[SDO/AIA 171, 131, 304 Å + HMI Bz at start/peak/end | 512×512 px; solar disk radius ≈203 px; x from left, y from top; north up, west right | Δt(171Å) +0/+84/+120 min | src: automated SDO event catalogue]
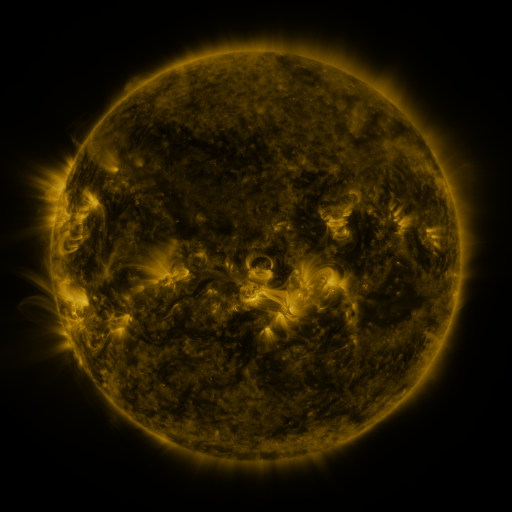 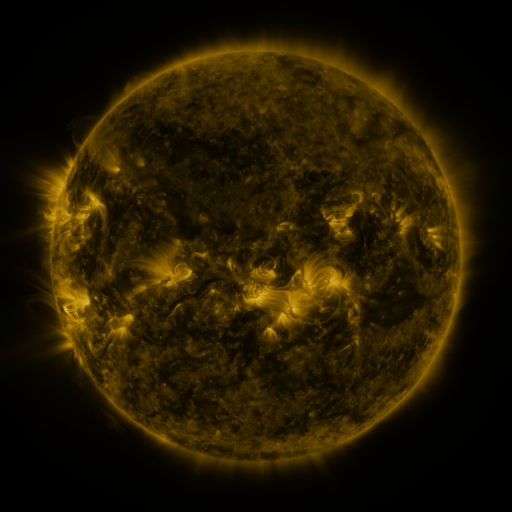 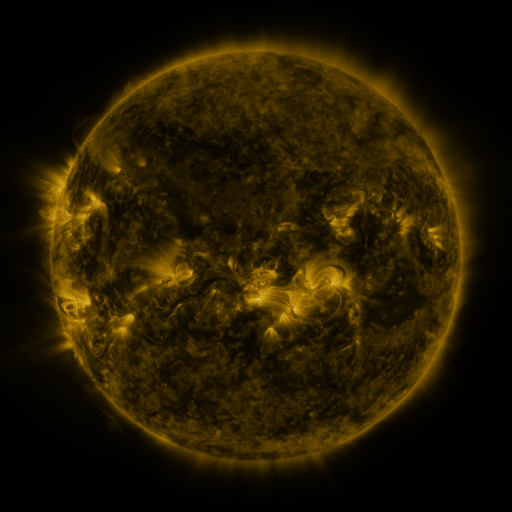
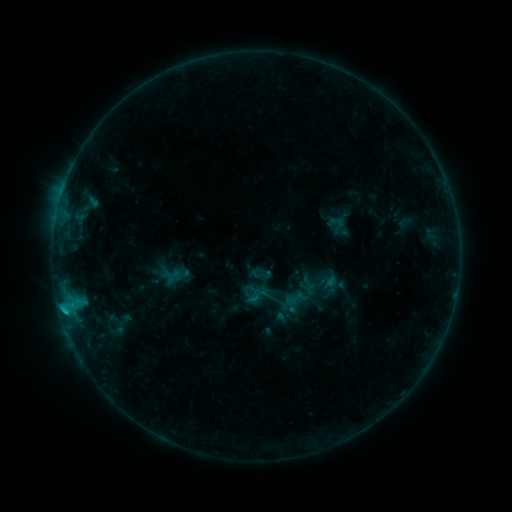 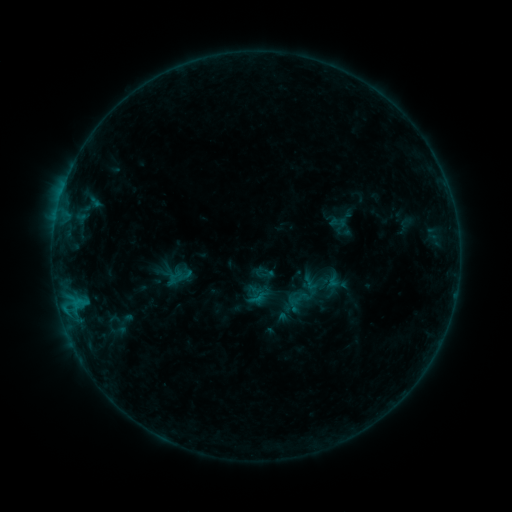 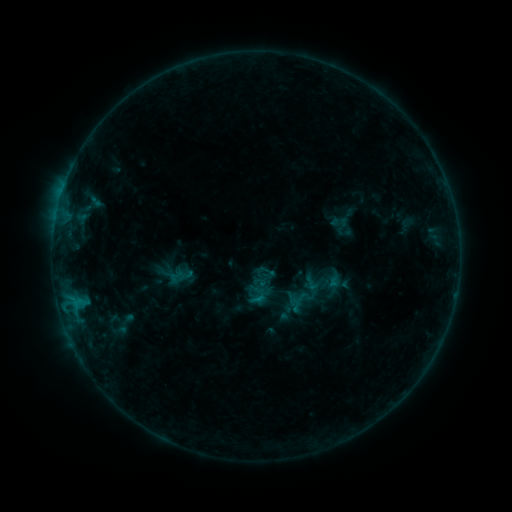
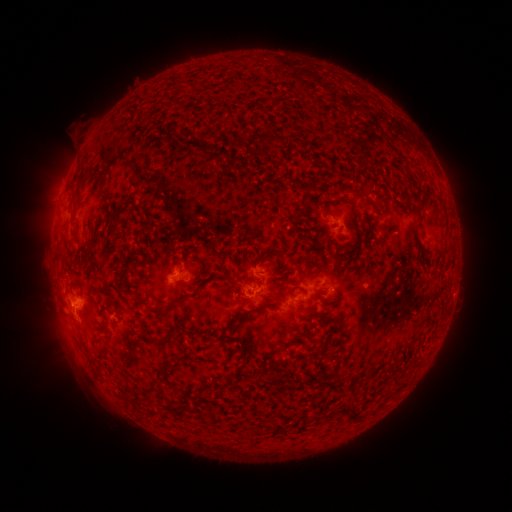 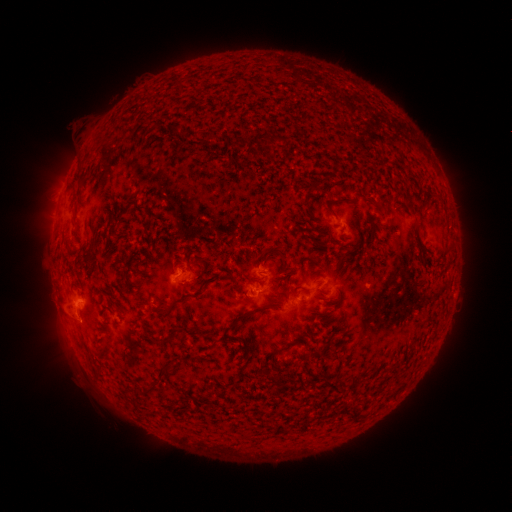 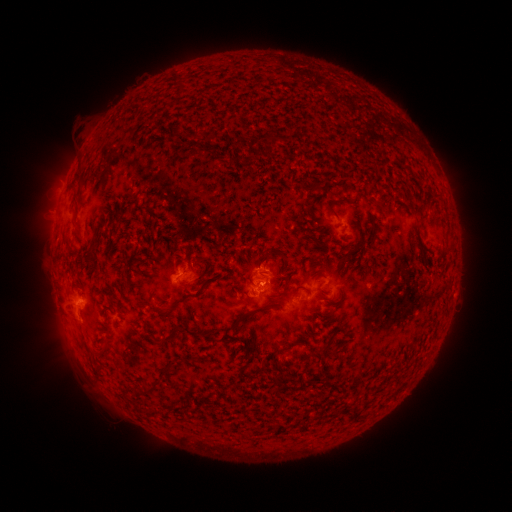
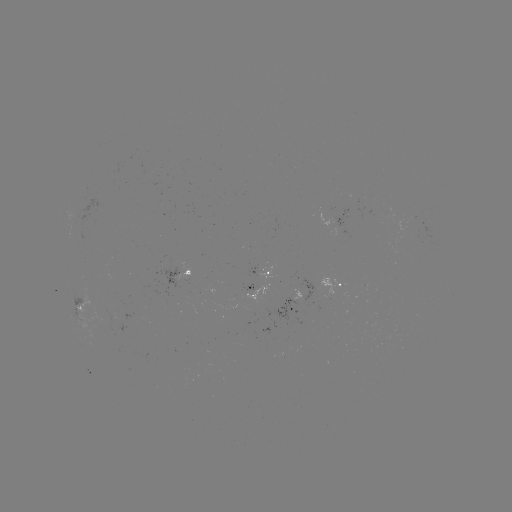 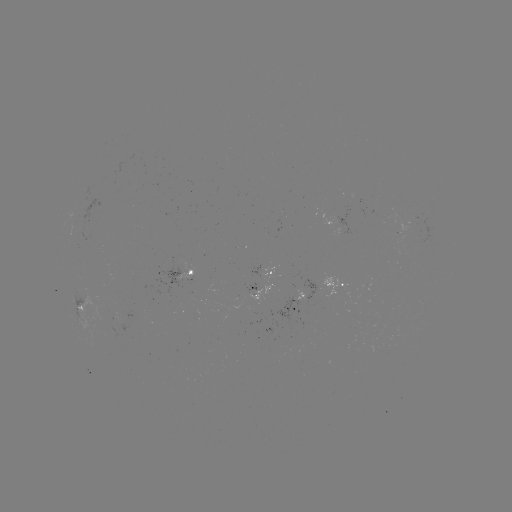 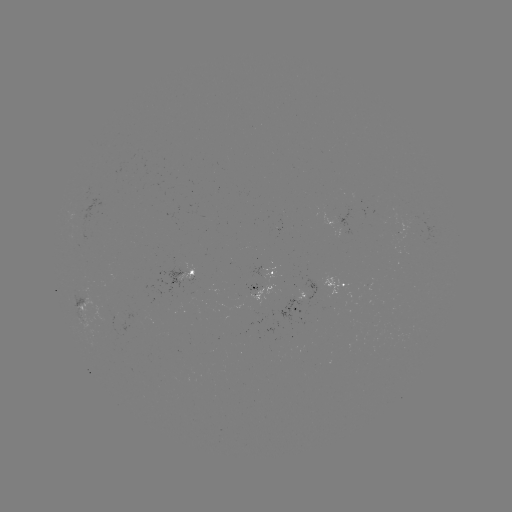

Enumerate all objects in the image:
emerging-flux region: (411, 227)
